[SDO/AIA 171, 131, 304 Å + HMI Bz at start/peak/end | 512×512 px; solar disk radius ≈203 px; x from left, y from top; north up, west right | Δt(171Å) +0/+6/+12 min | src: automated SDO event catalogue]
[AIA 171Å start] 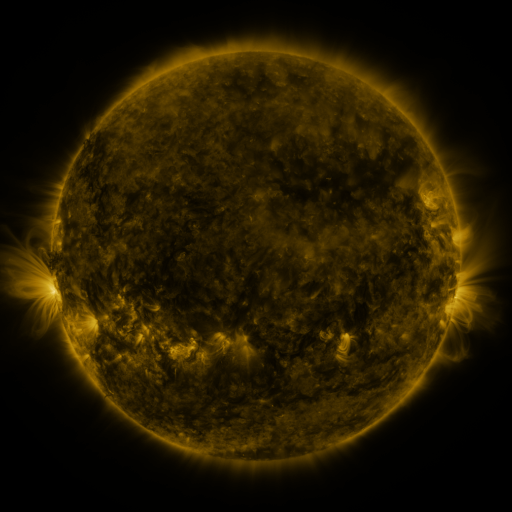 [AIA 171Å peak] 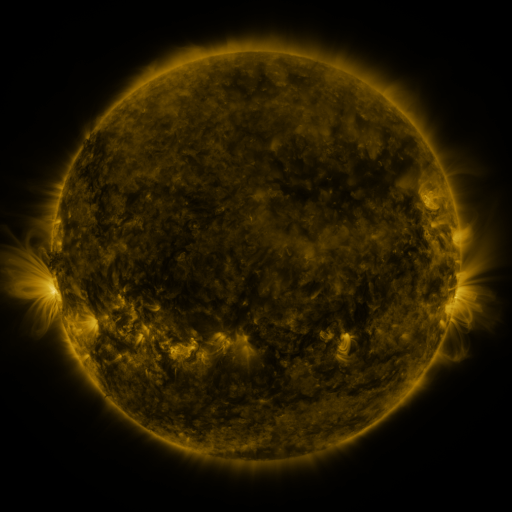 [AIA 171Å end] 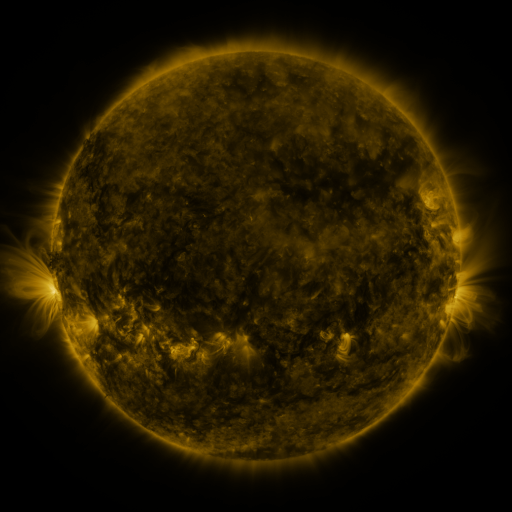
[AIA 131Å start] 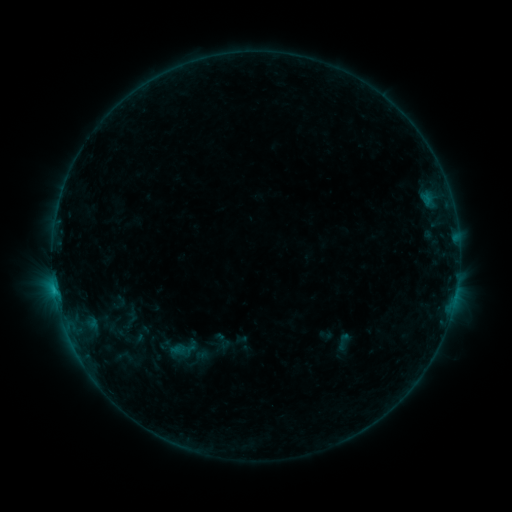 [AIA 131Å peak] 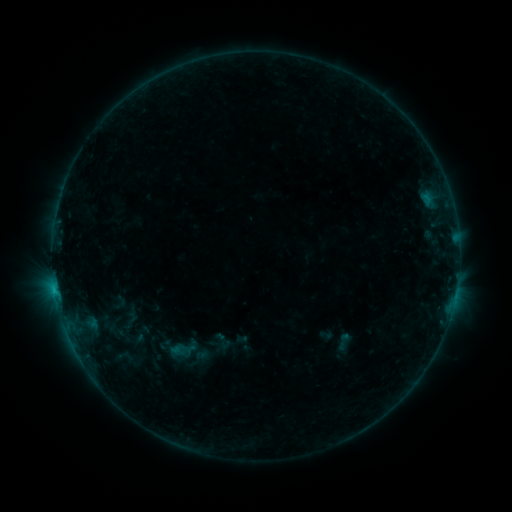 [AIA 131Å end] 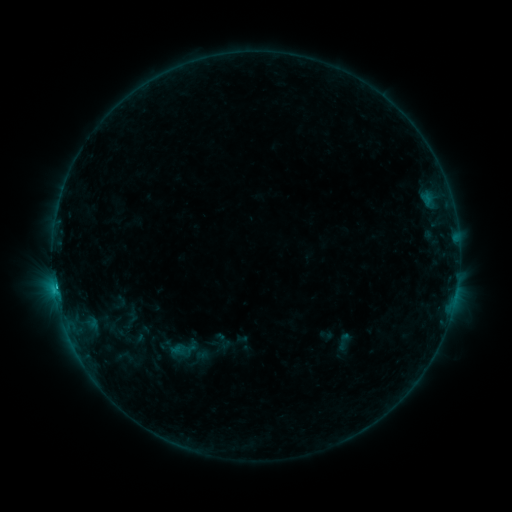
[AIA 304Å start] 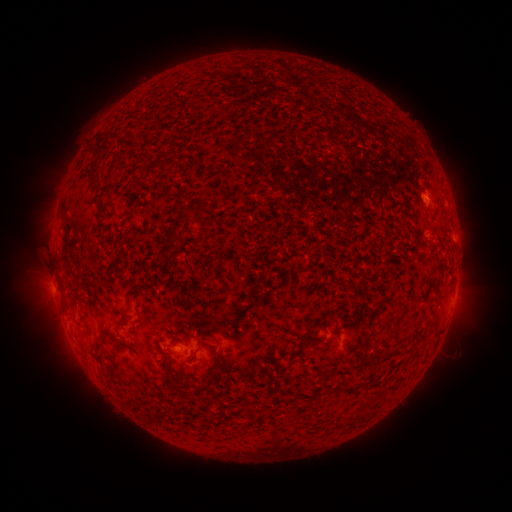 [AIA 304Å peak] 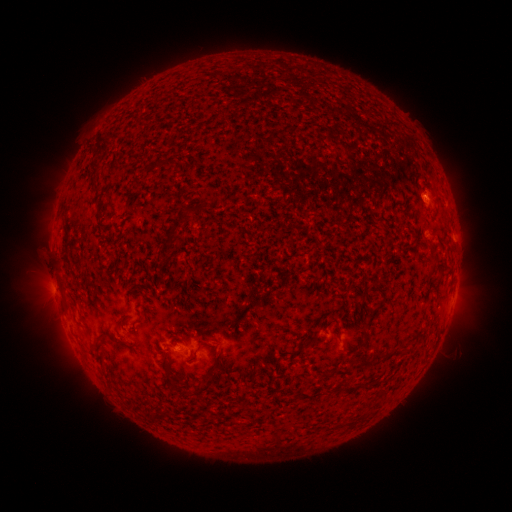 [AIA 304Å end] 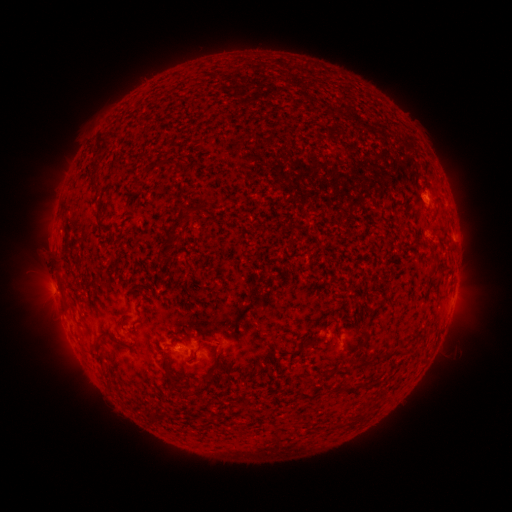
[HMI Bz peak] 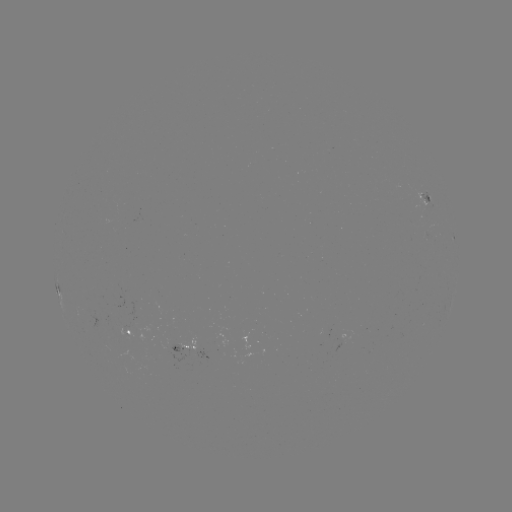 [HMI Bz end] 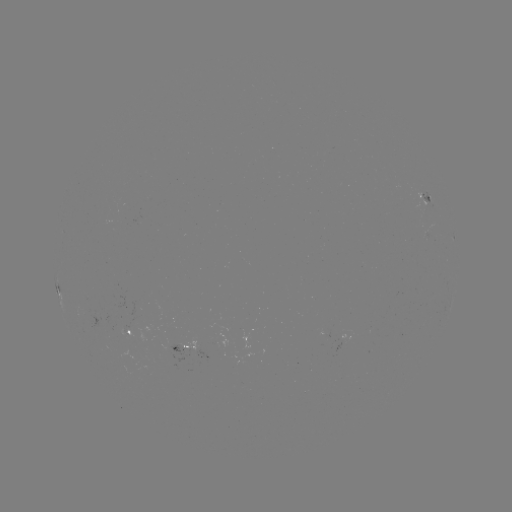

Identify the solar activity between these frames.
B4.6 flare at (56, 286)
